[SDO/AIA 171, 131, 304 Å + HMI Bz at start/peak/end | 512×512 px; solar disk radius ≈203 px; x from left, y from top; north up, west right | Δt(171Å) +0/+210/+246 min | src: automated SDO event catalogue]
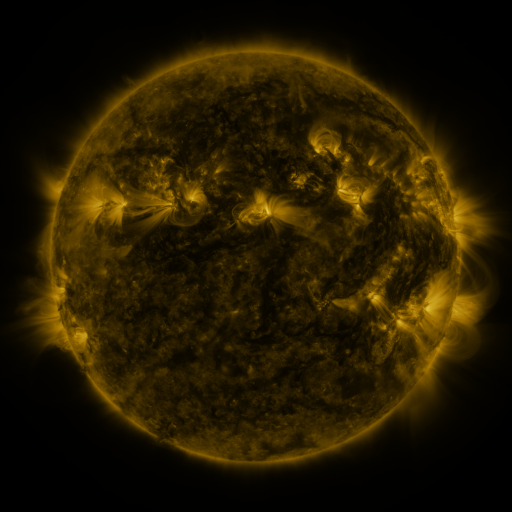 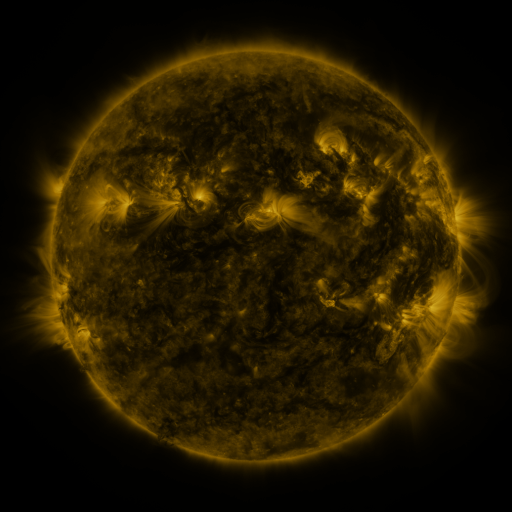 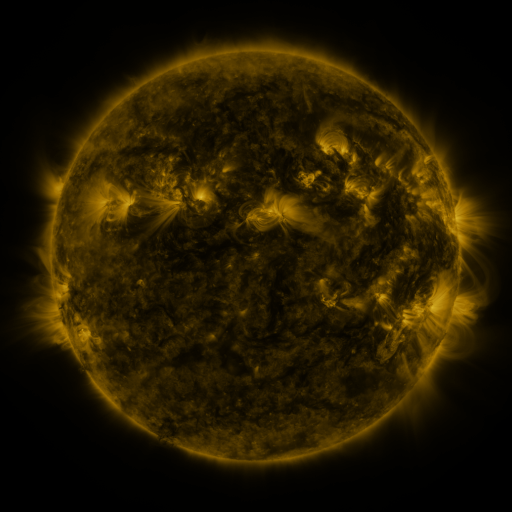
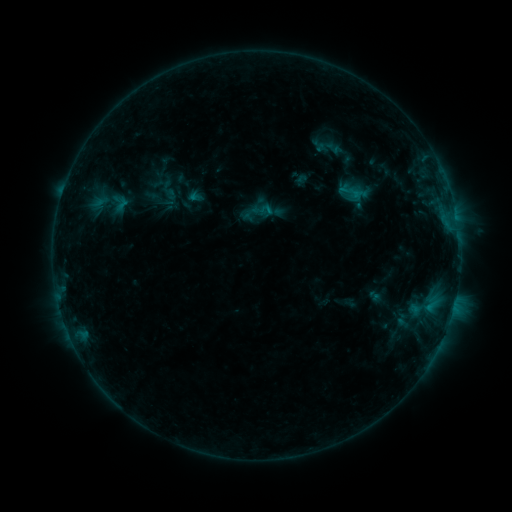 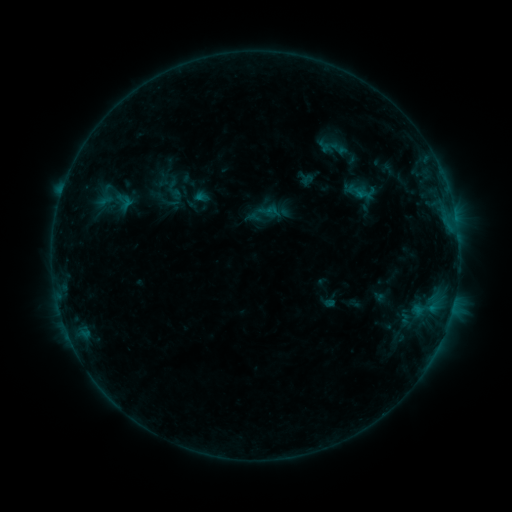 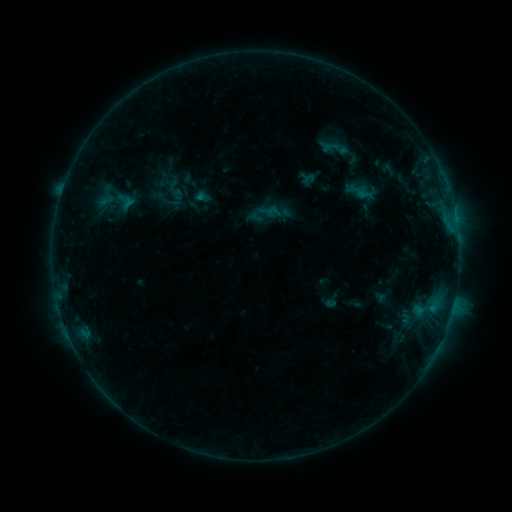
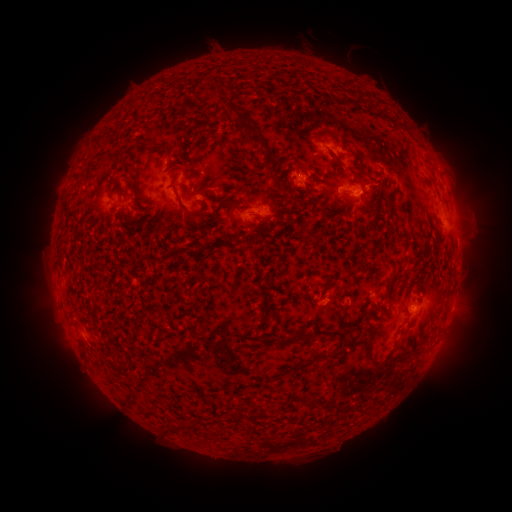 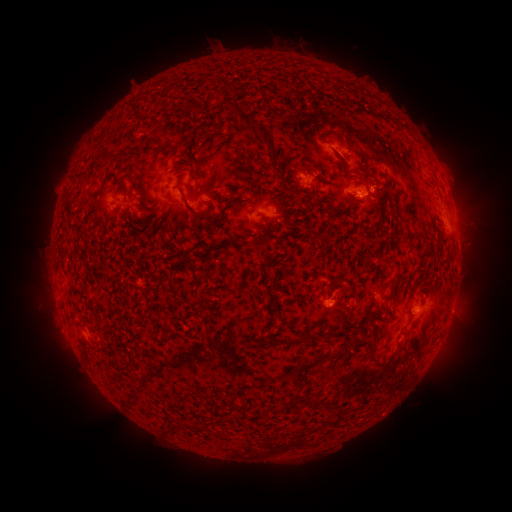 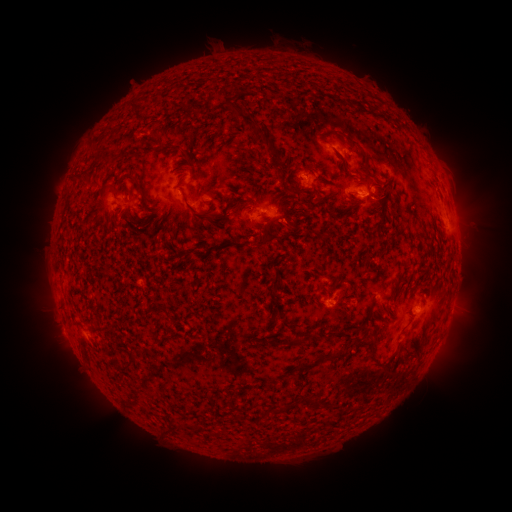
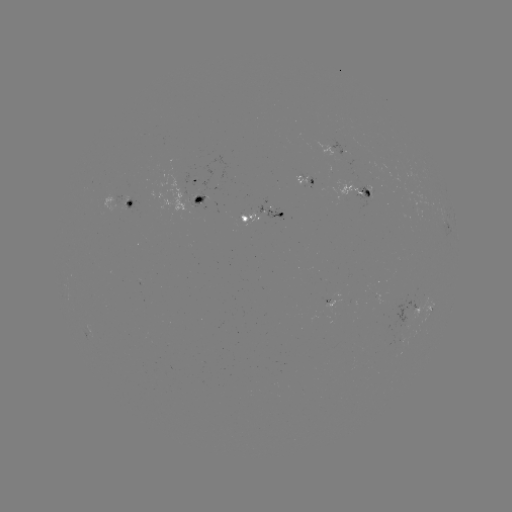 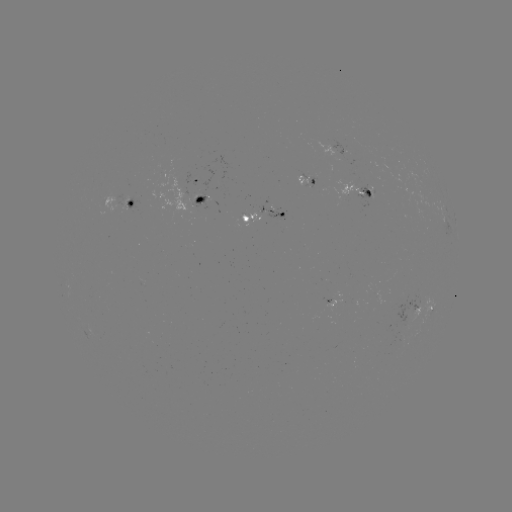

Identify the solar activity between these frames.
emerging-flux region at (401, 342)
